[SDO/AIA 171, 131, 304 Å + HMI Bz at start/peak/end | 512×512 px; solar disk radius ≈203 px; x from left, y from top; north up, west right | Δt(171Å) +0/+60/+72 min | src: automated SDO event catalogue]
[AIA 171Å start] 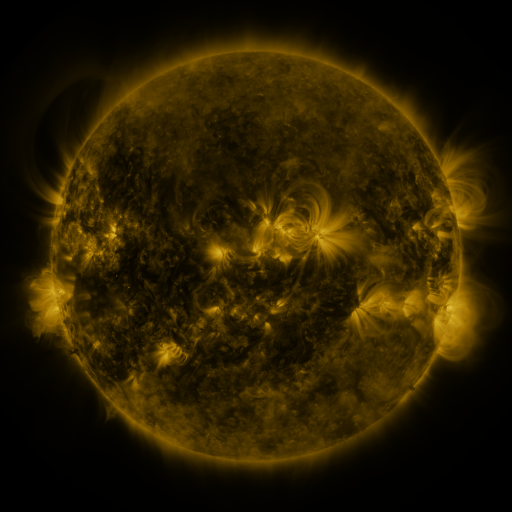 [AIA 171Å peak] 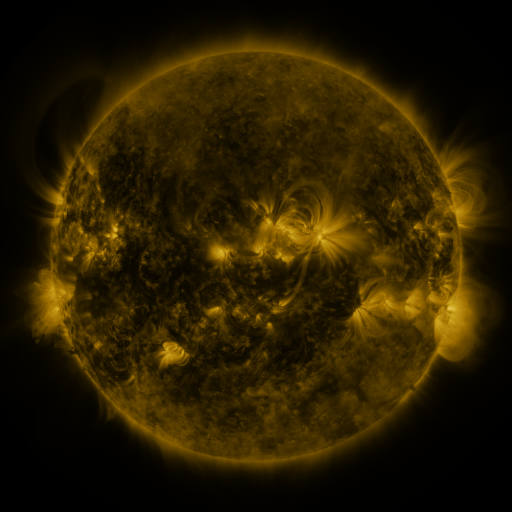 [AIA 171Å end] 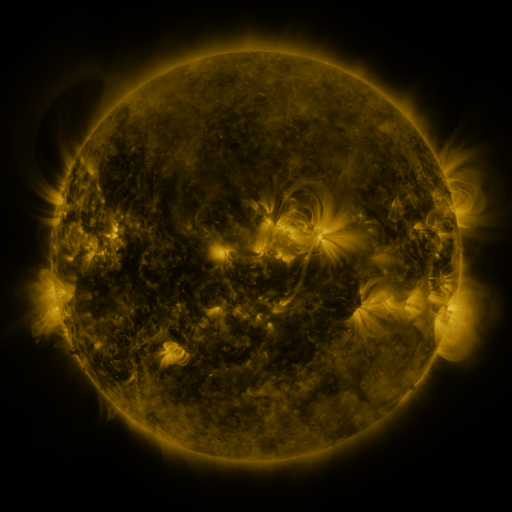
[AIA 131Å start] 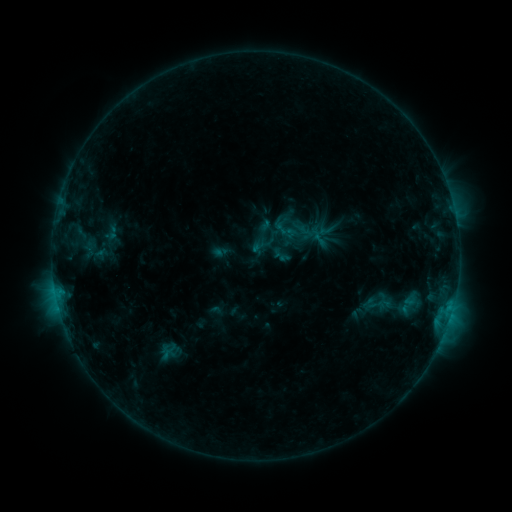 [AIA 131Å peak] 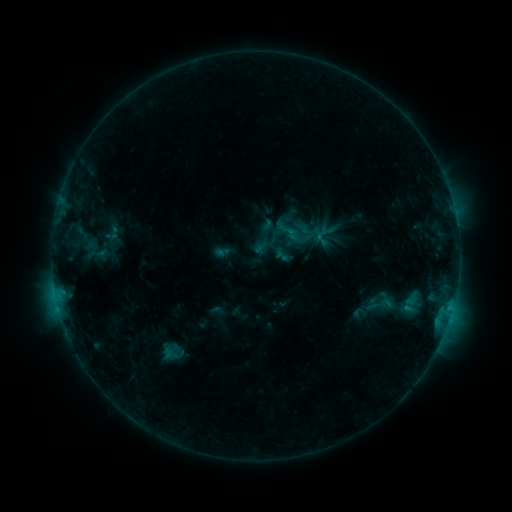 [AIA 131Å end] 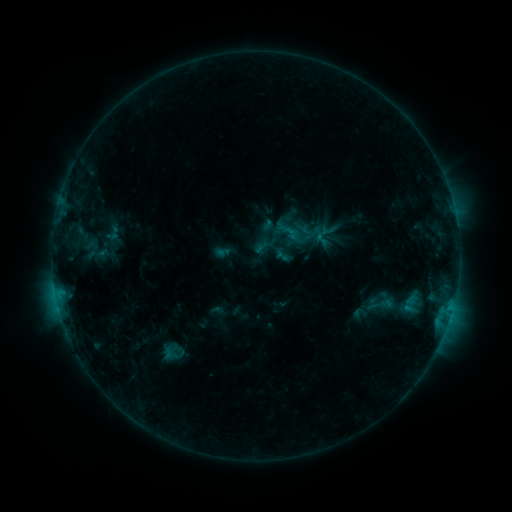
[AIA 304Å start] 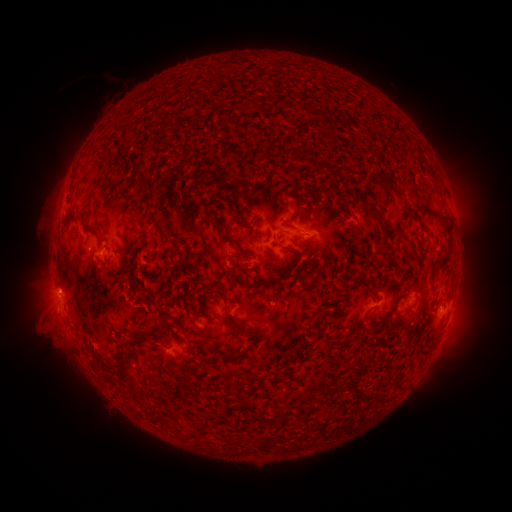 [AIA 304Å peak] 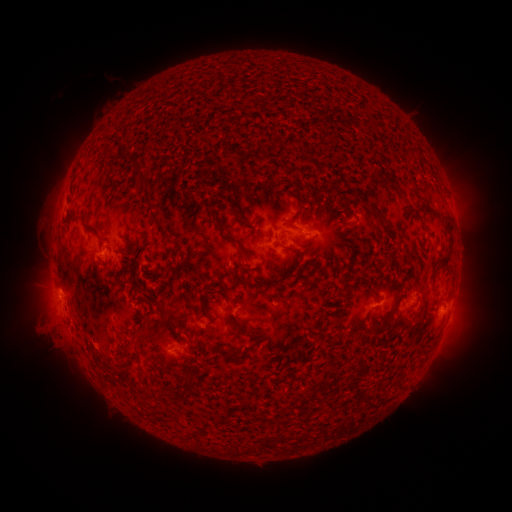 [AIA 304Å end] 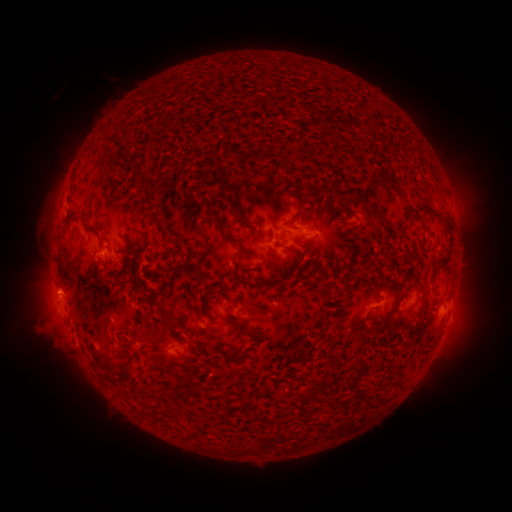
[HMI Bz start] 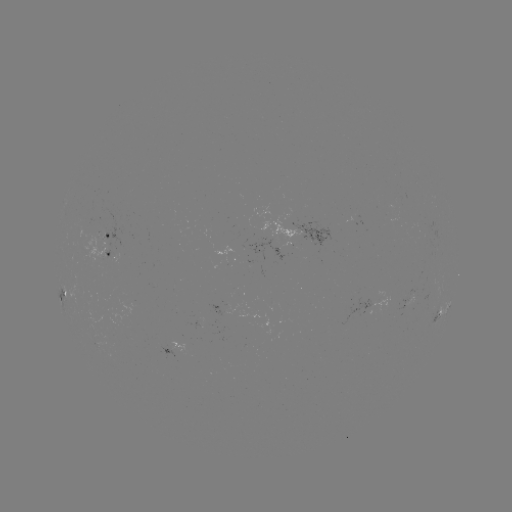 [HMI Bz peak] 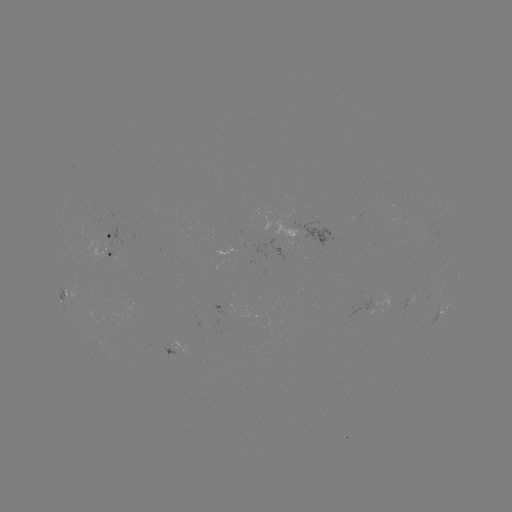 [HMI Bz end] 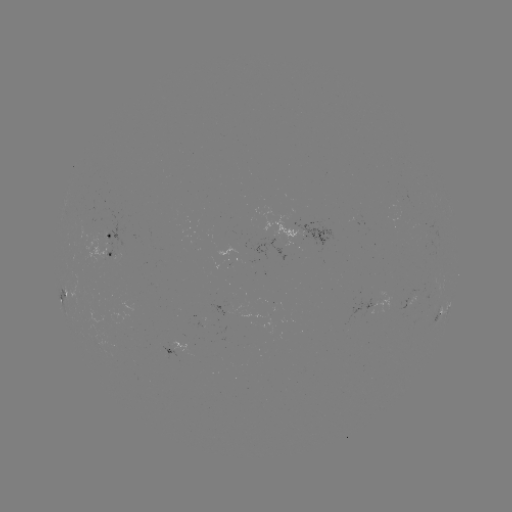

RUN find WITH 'emerging-flux region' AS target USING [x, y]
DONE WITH [97, 244] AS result